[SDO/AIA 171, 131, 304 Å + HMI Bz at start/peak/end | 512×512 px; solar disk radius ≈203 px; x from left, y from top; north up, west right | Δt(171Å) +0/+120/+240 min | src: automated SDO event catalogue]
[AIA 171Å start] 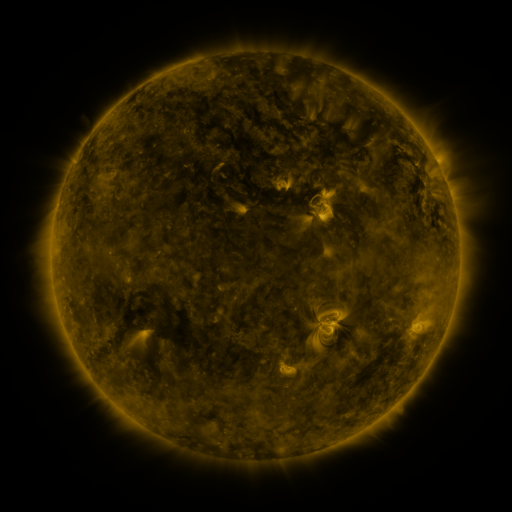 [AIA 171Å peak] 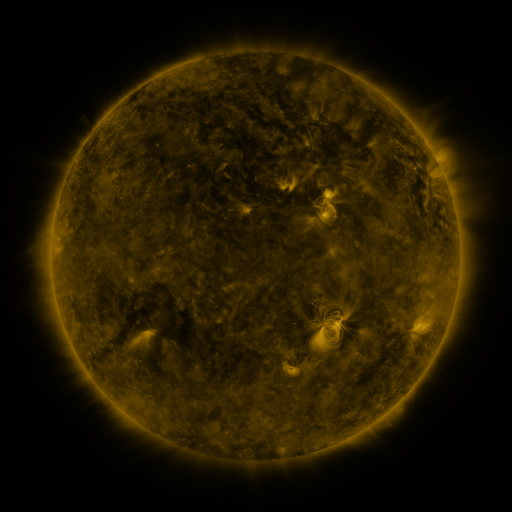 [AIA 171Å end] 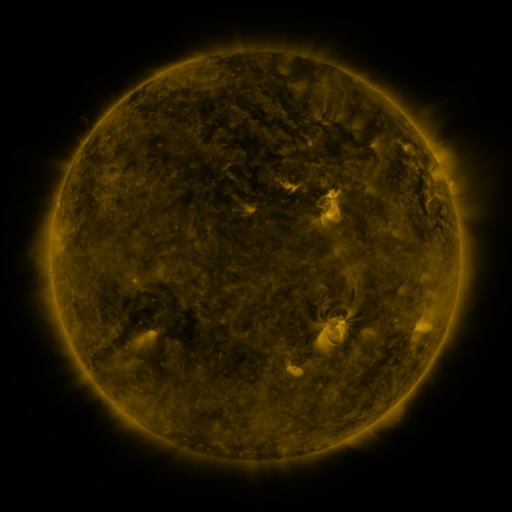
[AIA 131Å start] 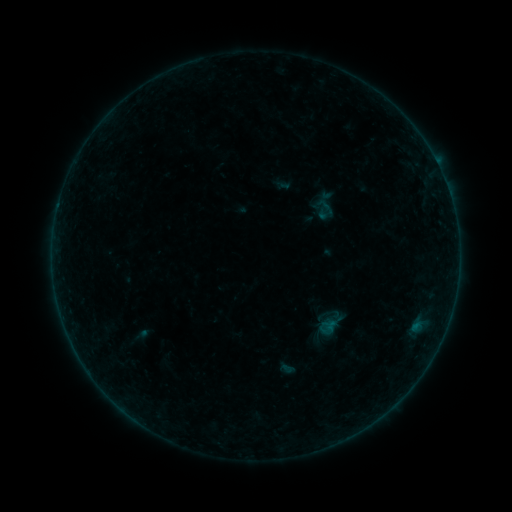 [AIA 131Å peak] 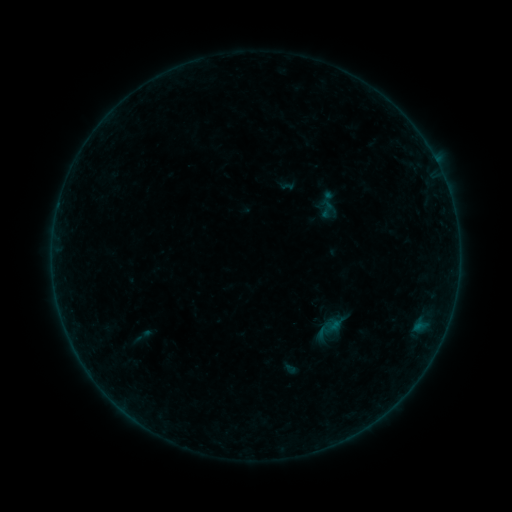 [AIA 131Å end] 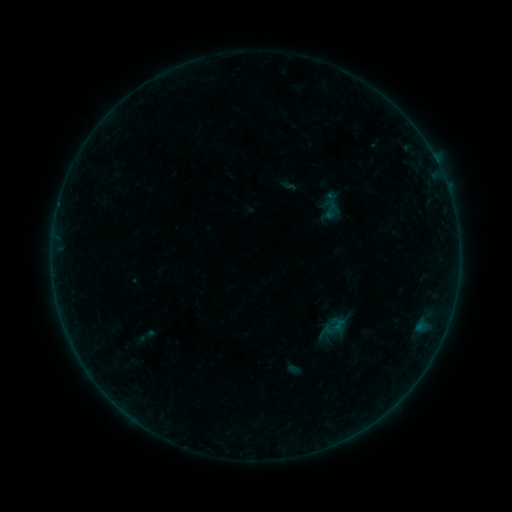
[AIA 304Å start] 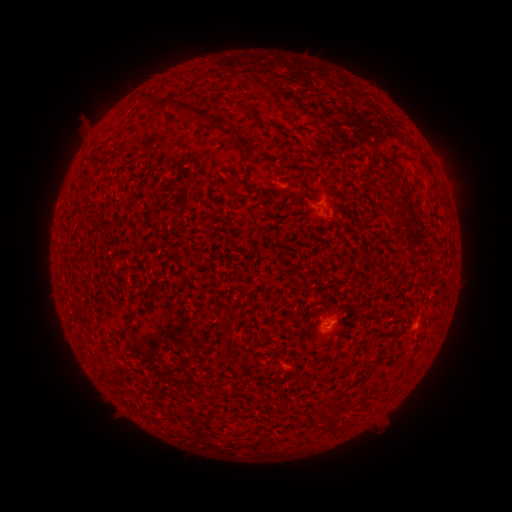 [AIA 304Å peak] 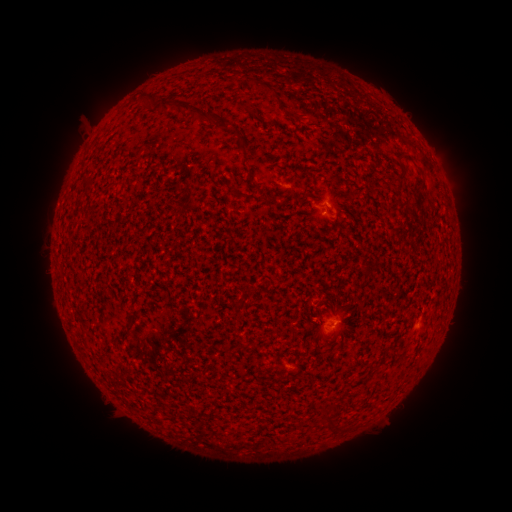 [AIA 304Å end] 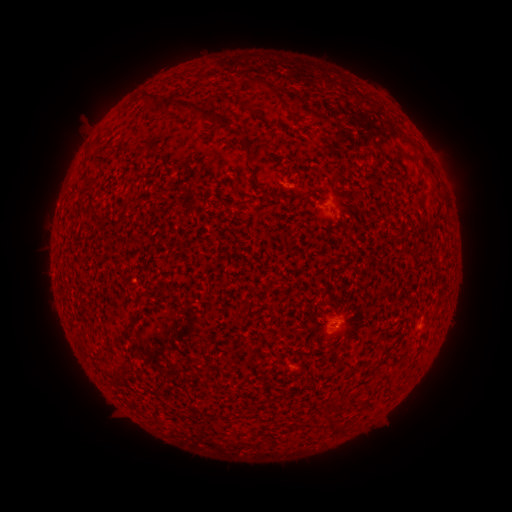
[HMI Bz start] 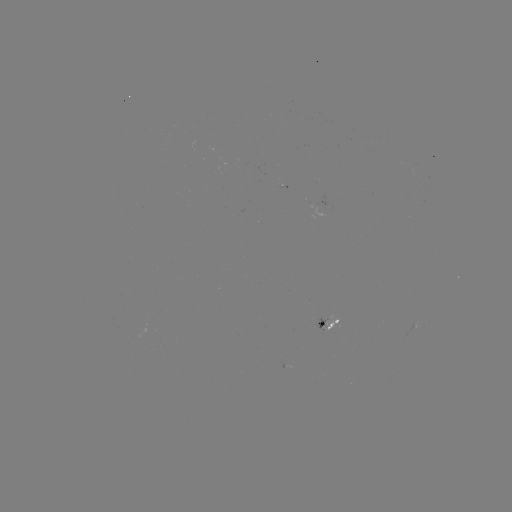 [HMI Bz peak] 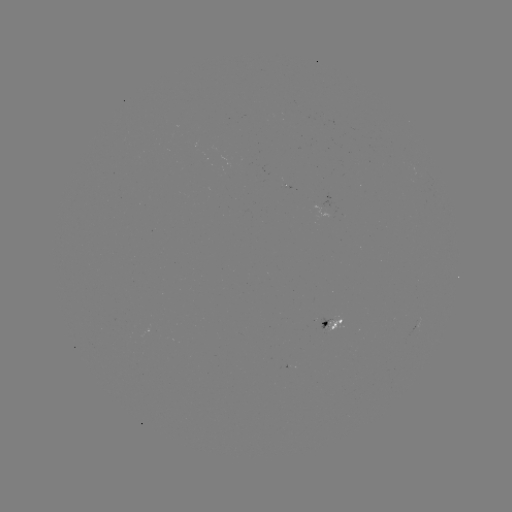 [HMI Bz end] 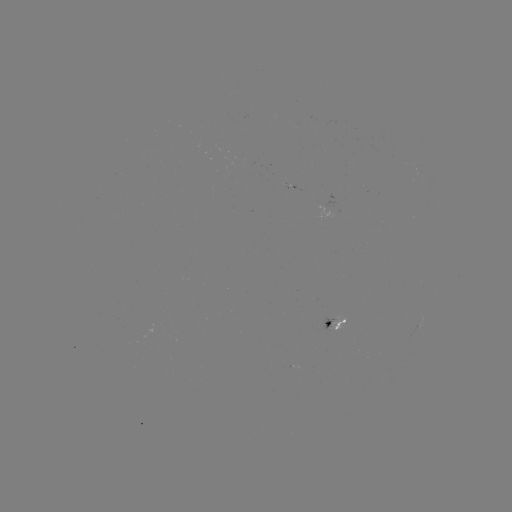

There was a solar filament eruption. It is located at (415, 181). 